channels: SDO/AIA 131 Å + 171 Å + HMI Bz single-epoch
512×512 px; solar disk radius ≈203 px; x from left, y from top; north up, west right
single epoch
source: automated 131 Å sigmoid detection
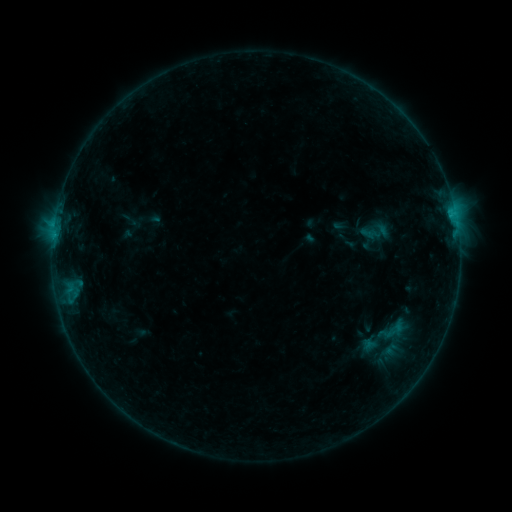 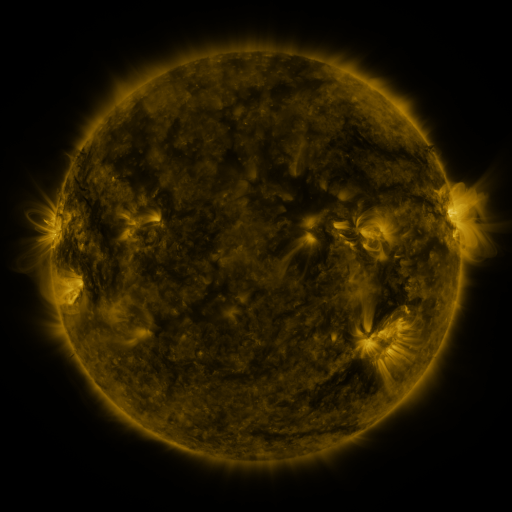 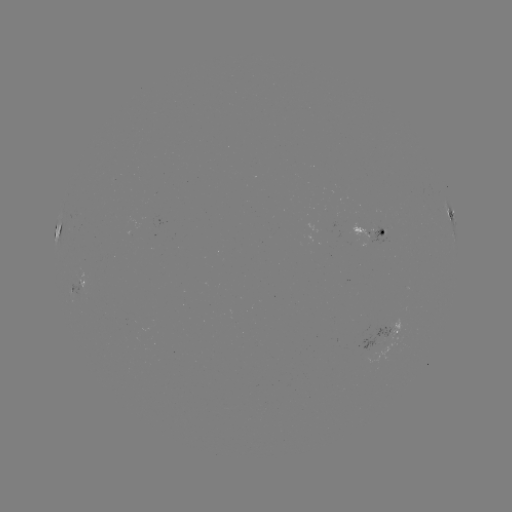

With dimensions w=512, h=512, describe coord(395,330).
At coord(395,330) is sigmoid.